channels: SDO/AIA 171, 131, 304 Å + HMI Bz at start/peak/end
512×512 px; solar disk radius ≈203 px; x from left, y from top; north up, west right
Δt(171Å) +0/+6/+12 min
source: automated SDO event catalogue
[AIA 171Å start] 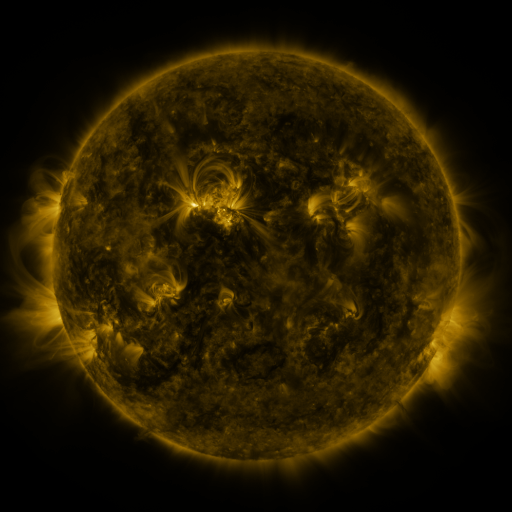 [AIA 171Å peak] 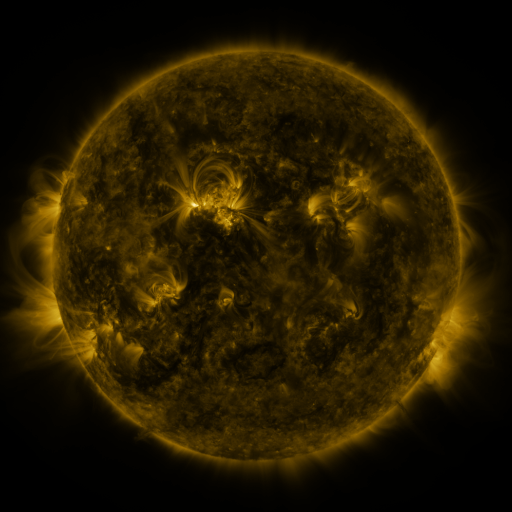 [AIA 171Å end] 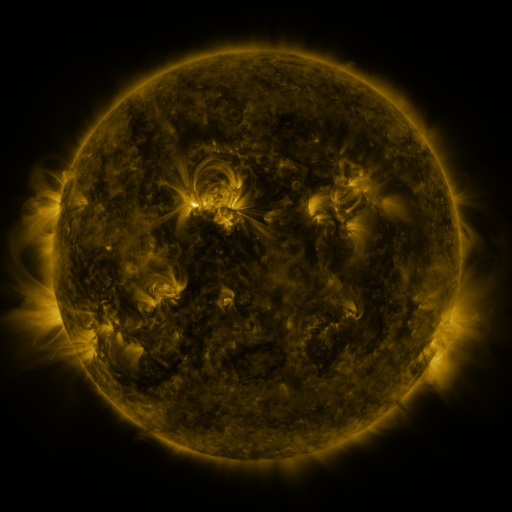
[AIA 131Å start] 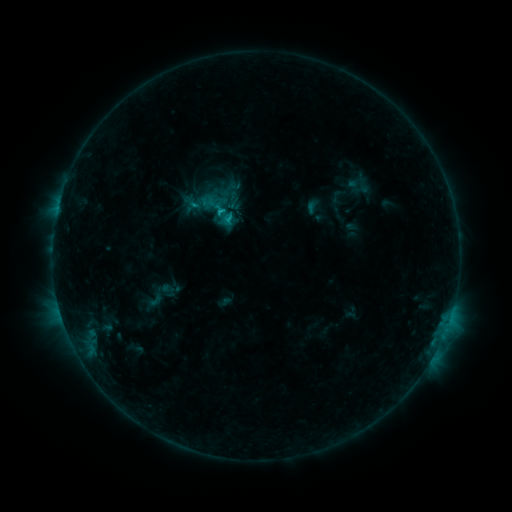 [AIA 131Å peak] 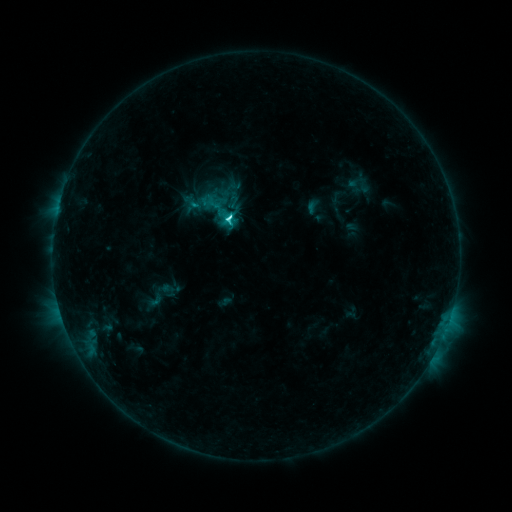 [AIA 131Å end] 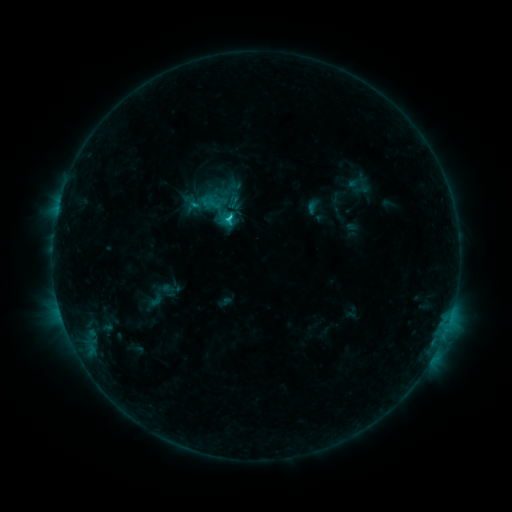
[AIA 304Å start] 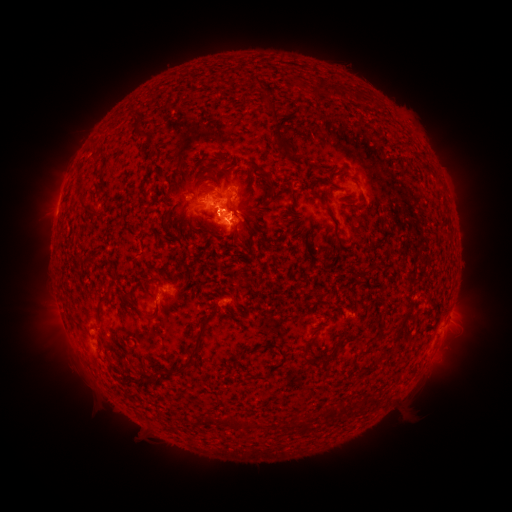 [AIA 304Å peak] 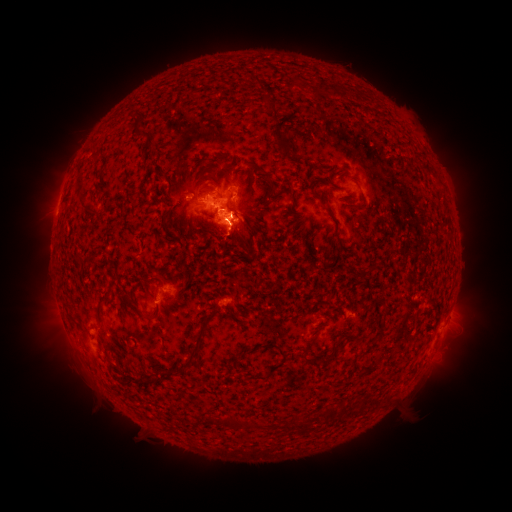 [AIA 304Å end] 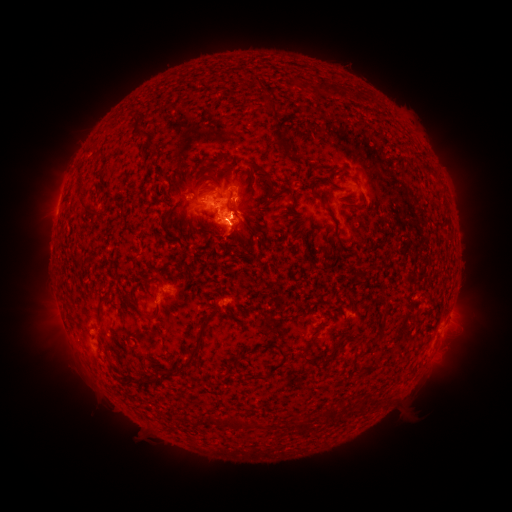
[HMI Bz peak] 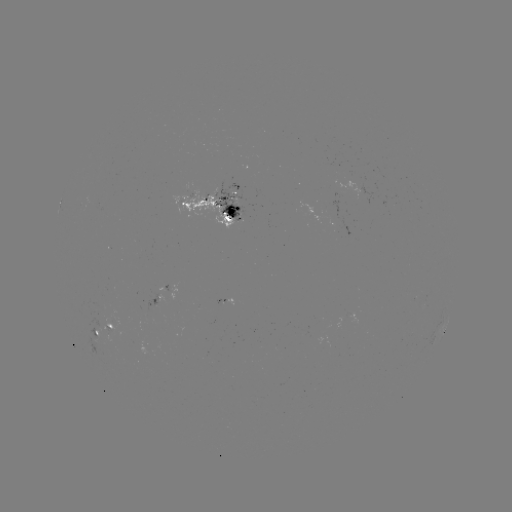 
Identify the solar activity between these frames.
C3.3 flare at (231, 220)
